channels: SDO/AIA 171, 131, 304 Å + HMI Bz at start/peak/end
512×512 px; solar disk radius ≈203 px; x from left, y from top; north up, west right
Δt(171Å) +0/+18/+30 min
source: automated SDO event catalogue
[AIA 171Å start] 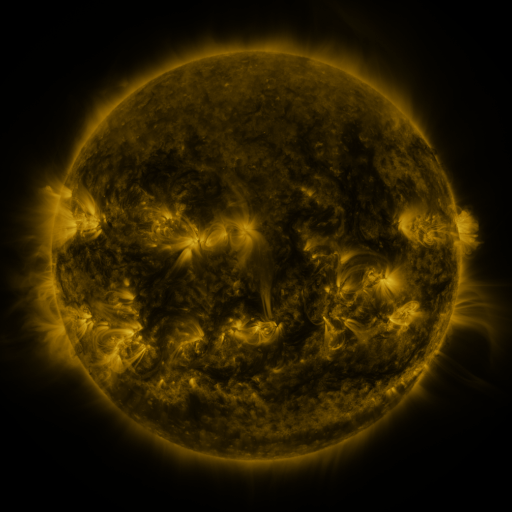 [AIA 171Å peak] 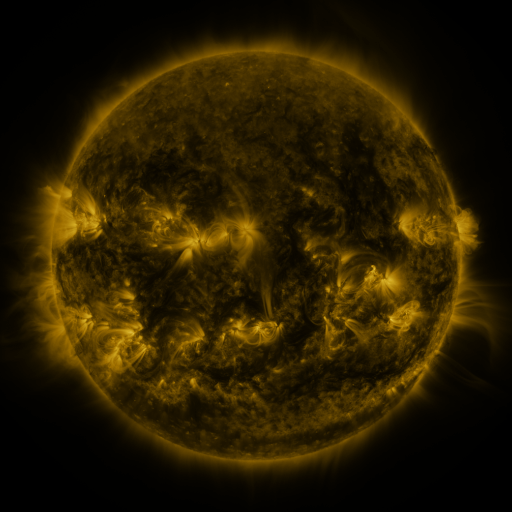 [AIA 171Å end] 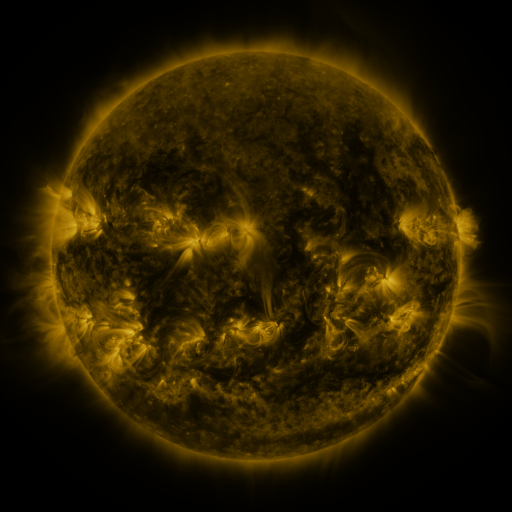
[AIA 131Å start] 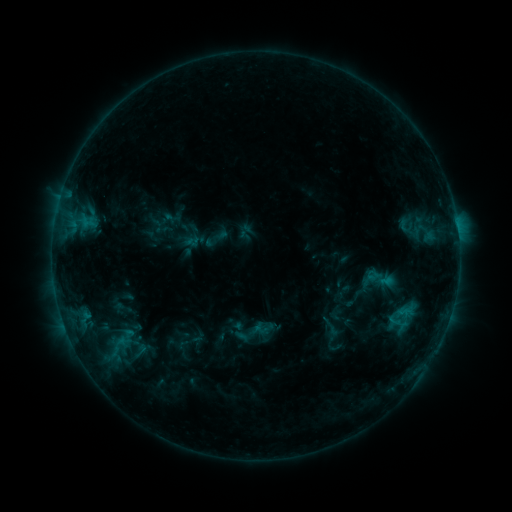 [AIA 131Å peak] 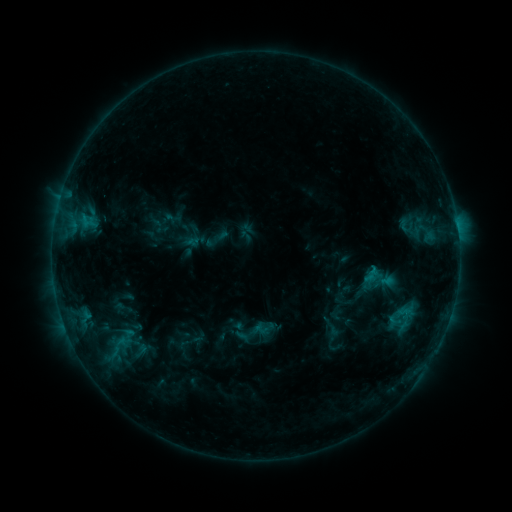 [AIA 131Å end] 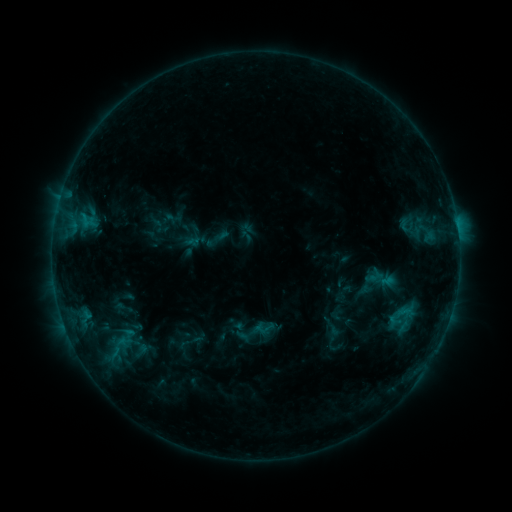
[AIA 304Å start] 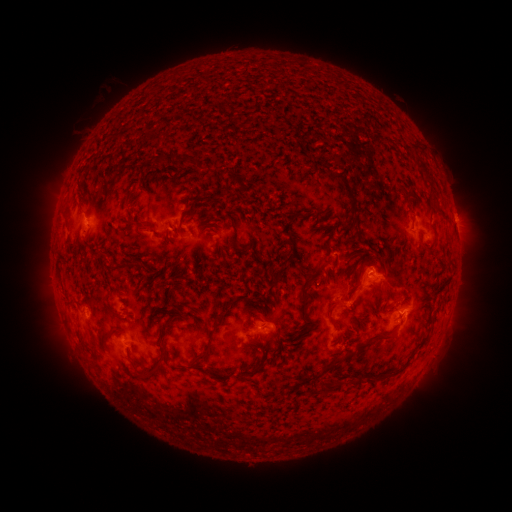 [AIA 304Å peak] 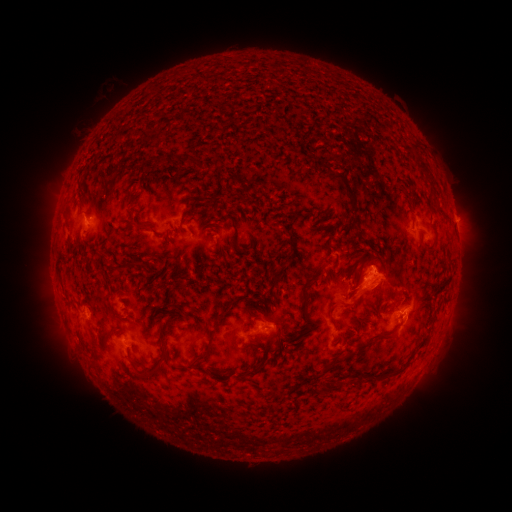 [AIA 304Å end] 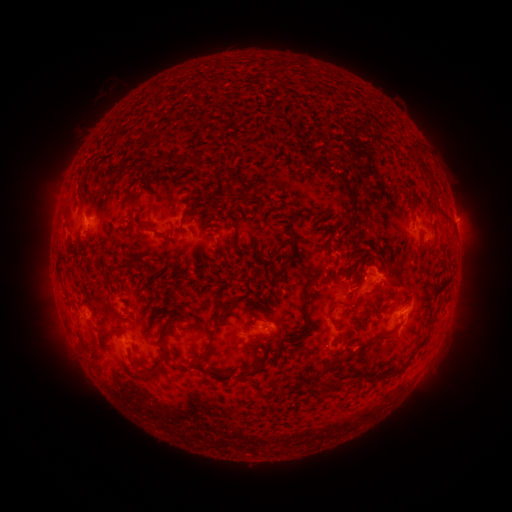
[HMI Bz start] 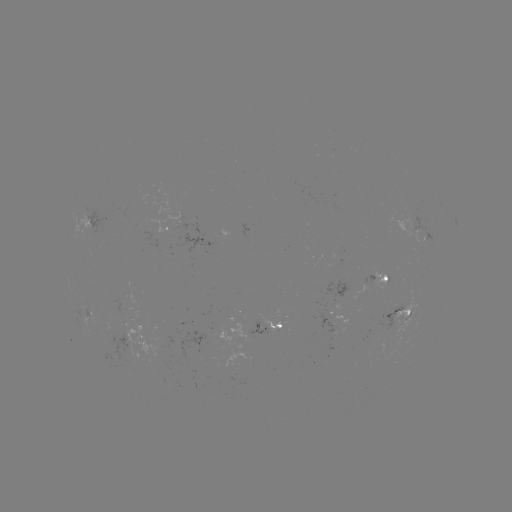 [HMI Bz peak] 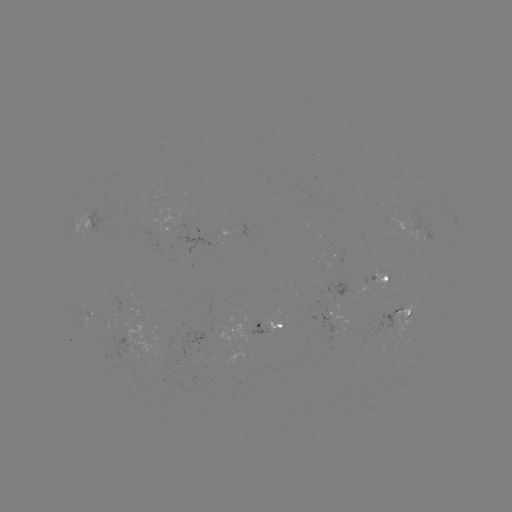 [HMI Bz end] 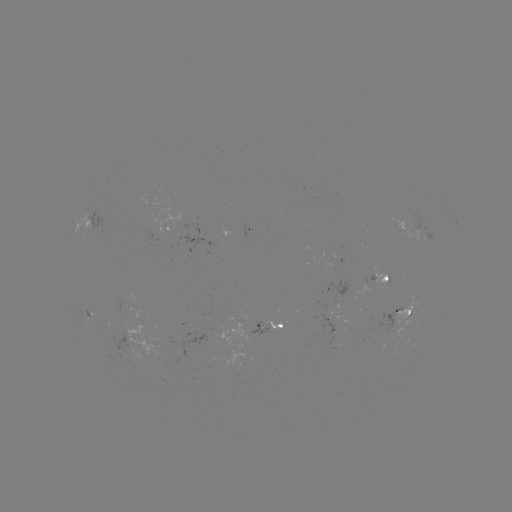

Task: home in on eruption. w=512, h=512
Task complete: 373,278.